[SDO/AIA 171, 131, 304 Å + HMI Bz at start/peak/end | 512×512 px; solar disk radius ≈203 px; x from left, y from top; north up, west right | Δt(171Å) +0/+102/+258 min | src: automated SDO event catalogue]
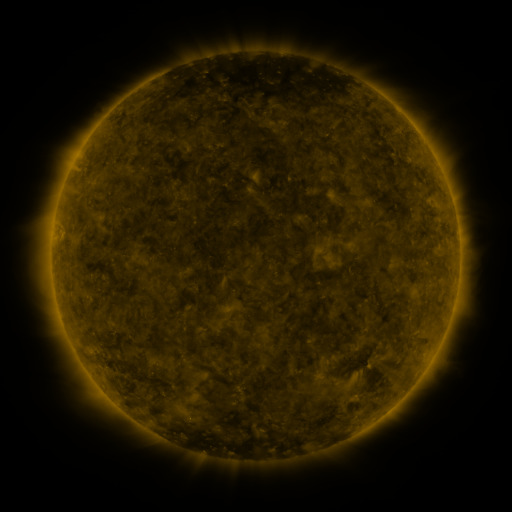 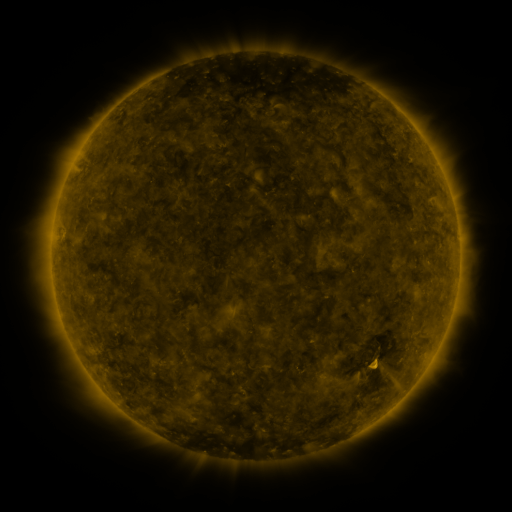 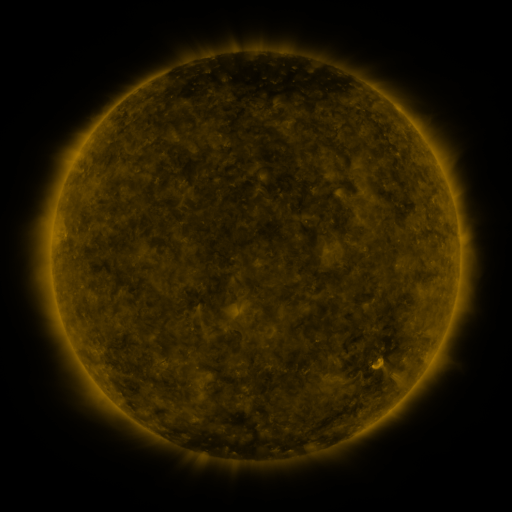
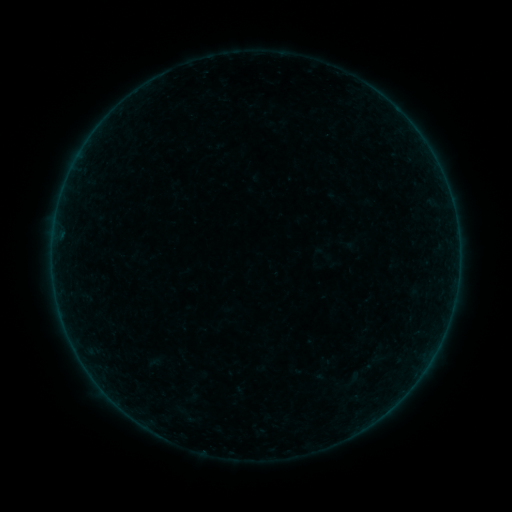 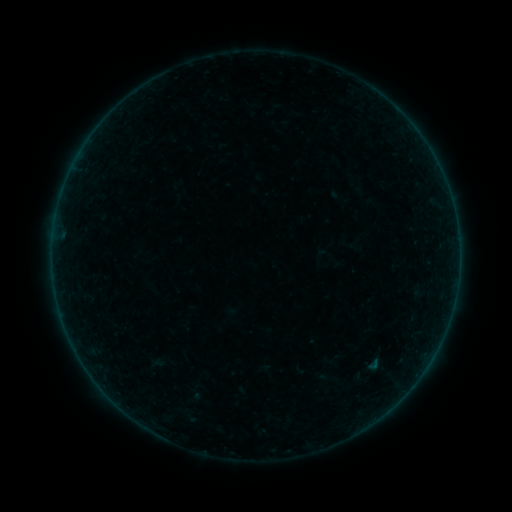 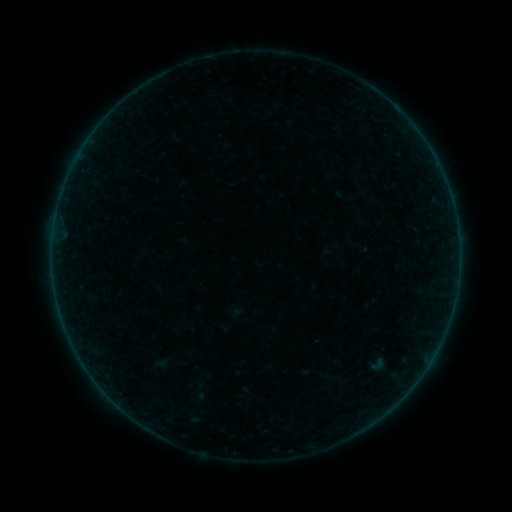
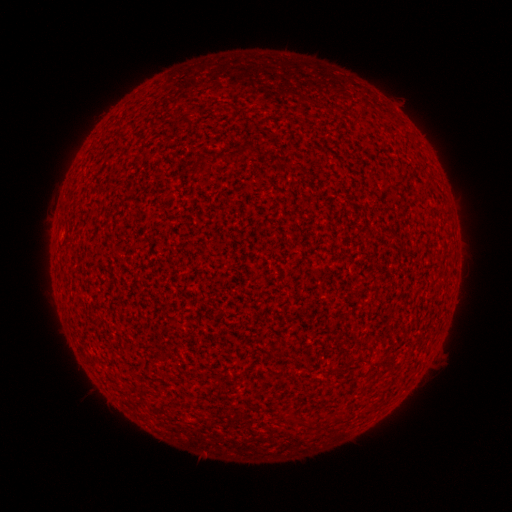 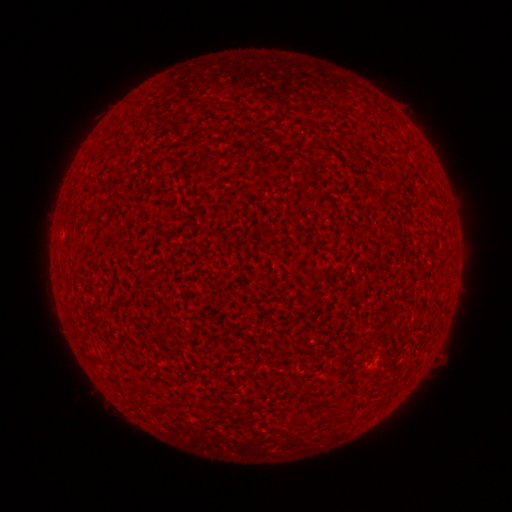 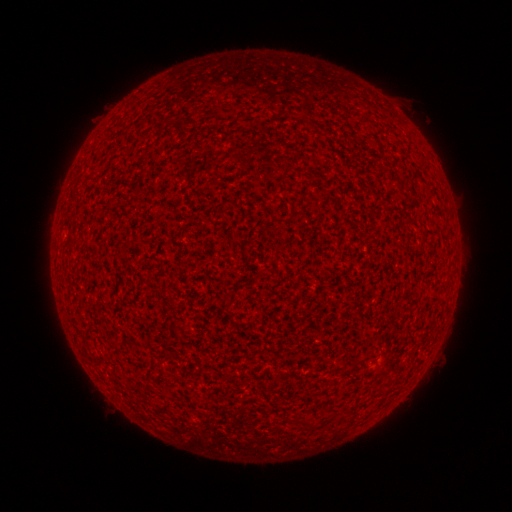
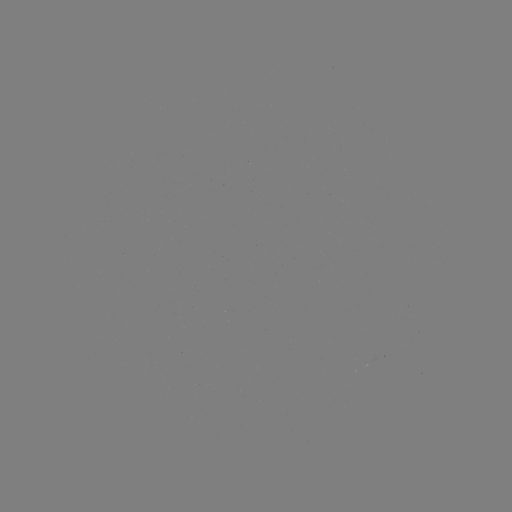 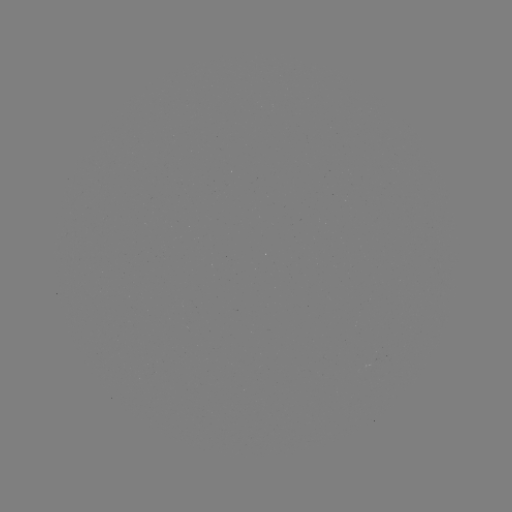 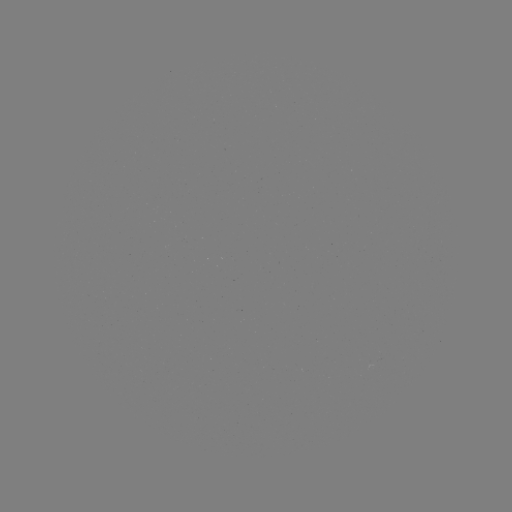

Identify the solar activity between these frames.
A7.6 flare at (375, 364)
